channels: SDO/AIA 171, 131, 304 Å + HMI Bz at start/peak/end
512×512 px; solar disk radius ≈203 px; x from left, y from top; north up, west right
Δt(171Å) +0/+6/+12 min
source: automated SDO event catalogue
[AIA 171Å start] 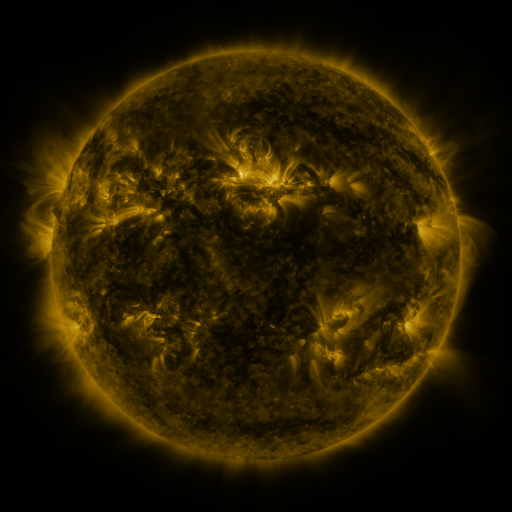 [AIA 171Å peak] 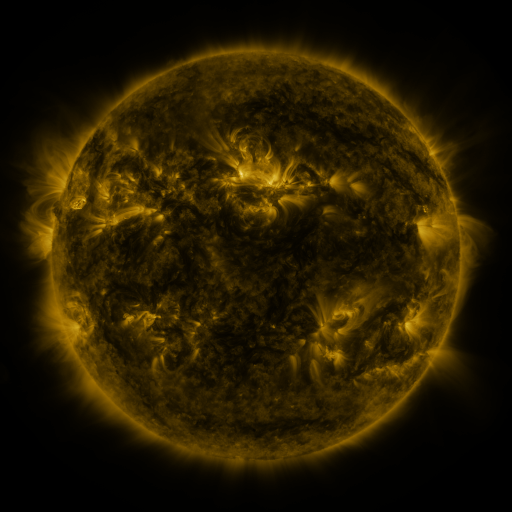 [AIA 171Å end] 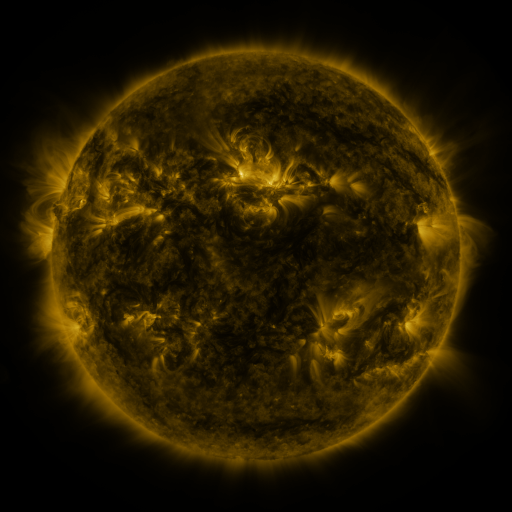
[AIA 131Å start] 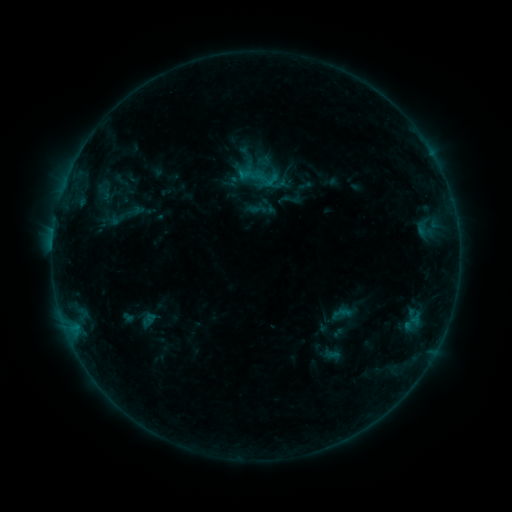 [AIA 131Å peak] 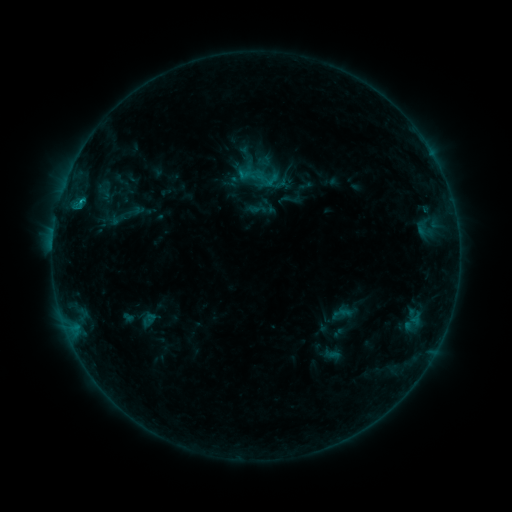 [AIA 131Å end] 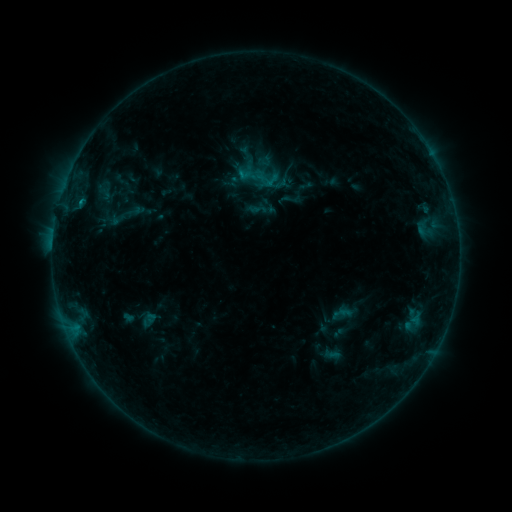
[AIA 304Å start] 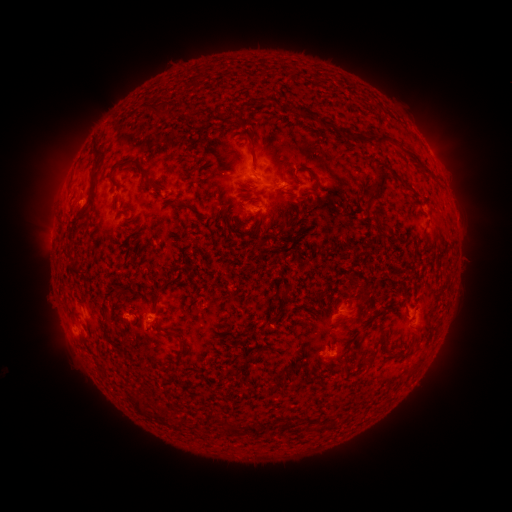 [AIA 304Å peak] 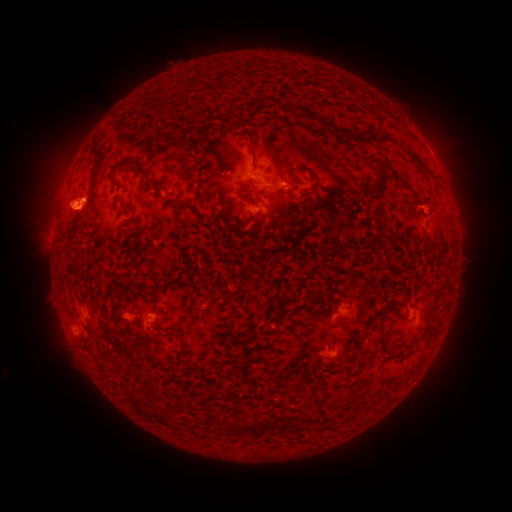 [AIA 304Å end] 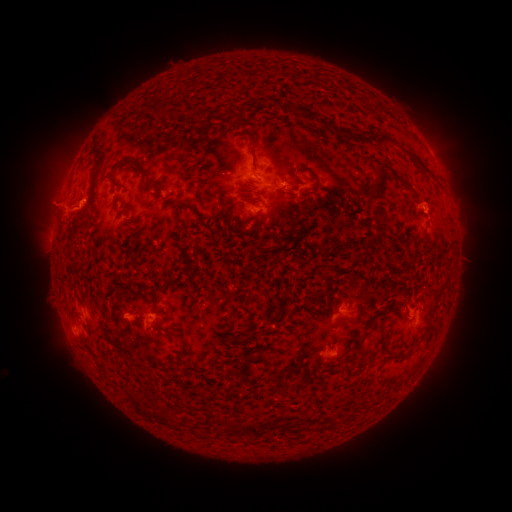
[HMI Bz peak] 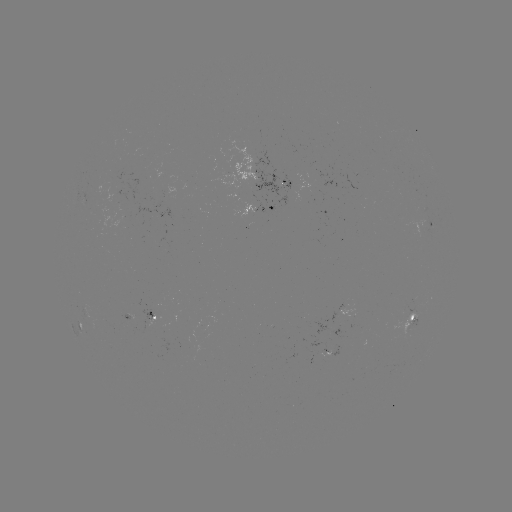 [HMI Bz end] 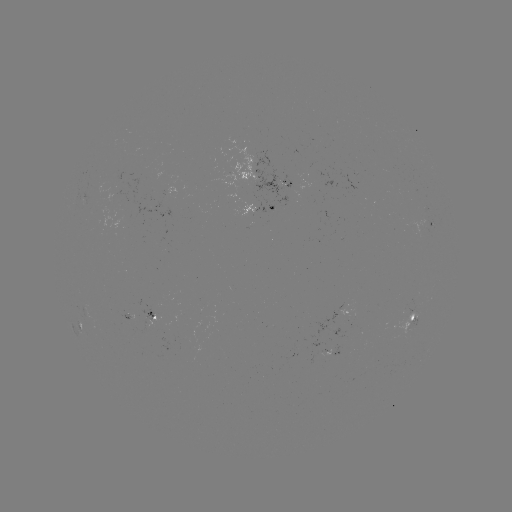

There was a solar flare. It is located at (79, 204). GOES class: B5.5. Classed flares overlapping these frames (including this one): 1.